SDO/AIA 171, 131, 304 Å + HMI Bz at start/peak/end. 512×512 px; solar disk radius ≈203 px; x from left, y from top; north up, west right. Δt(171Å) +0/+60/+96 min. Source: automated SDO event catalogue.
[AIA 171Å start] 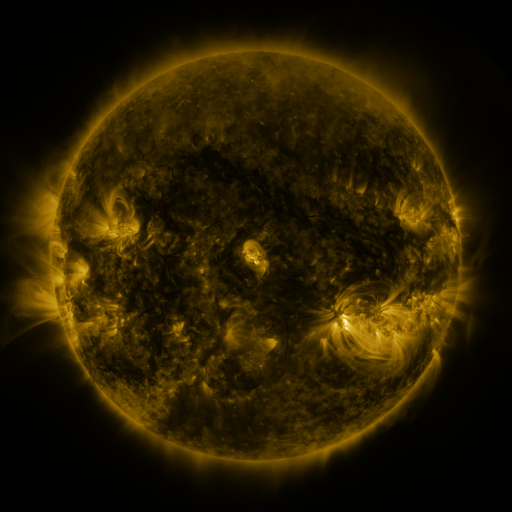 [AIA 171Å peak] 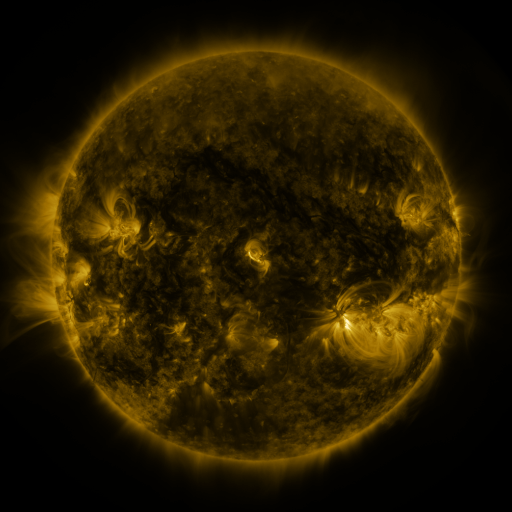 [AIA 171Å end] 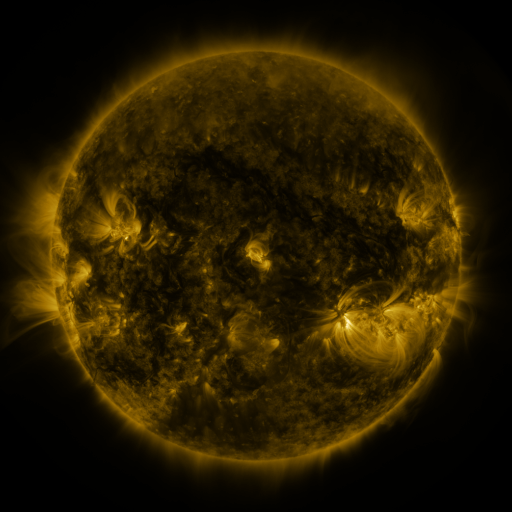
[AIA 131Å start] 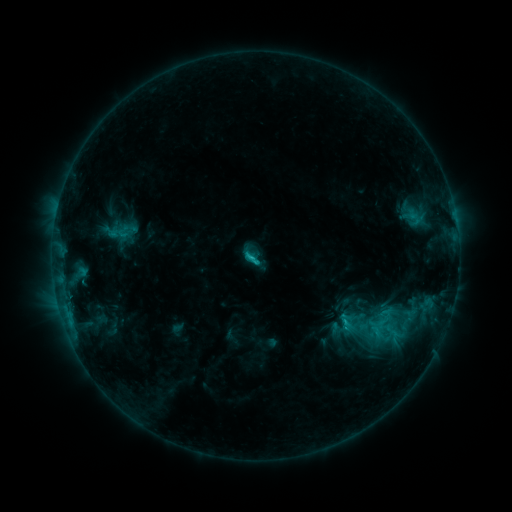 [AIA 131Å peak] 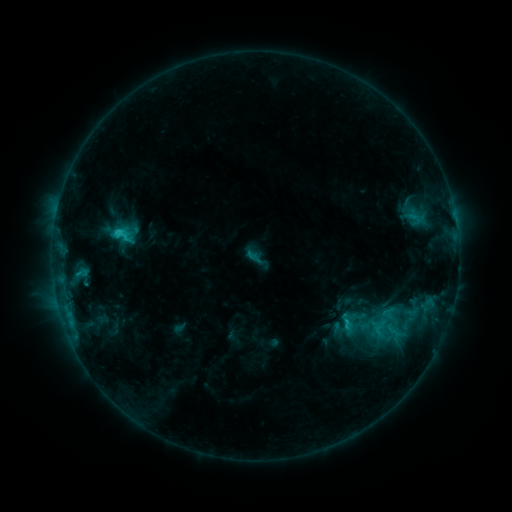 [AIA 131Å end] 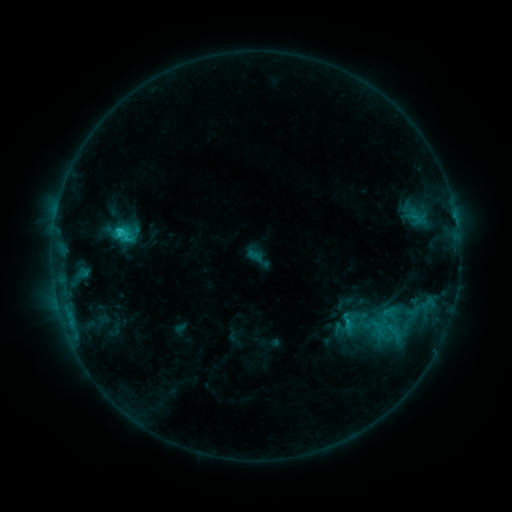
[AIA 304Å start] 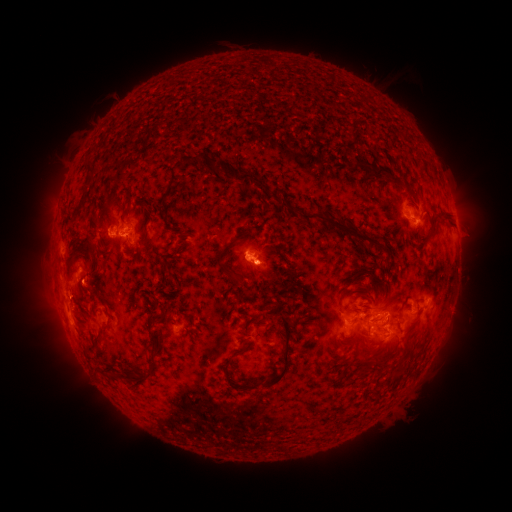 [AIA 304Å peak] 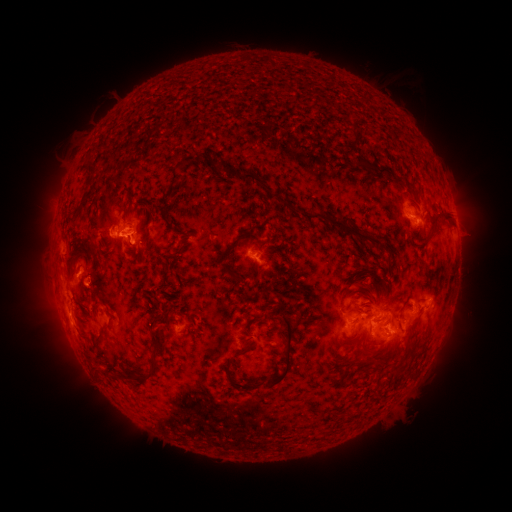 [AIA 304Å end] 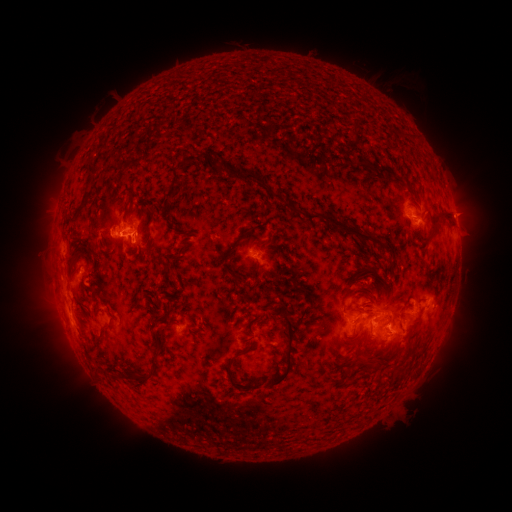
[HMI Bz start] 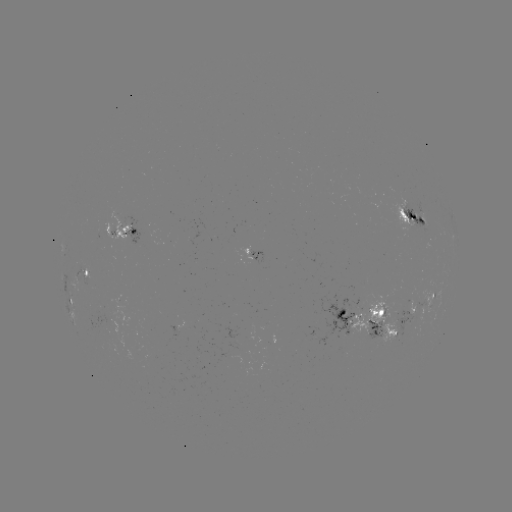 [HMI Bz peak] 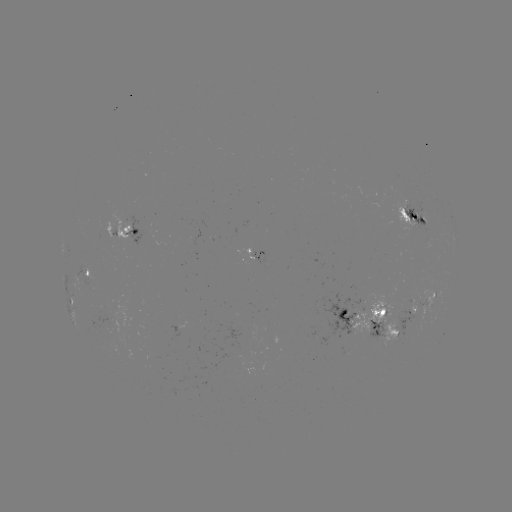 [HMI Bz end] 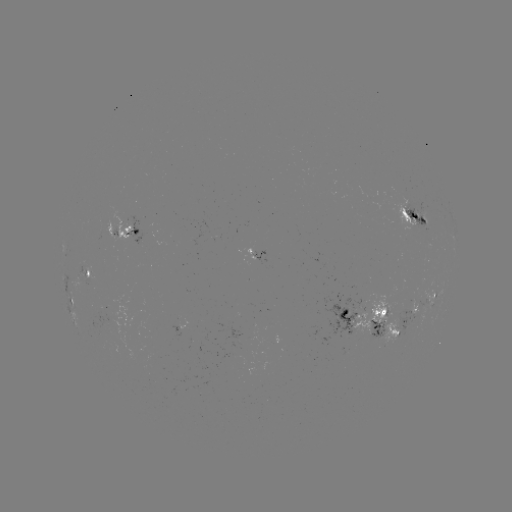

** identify emerging-flux region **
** (233, 356) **